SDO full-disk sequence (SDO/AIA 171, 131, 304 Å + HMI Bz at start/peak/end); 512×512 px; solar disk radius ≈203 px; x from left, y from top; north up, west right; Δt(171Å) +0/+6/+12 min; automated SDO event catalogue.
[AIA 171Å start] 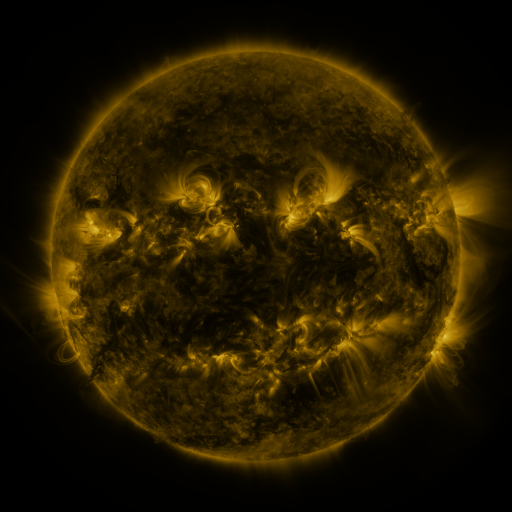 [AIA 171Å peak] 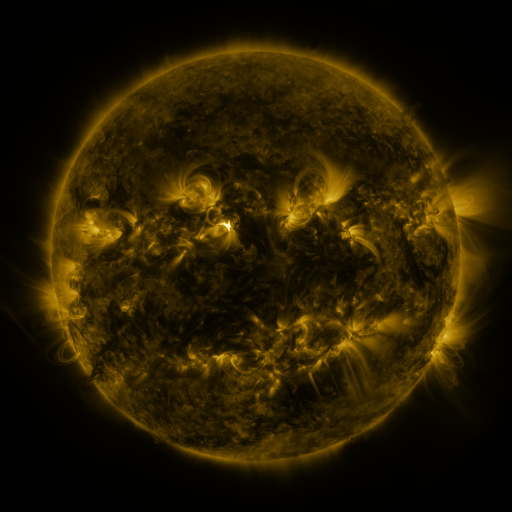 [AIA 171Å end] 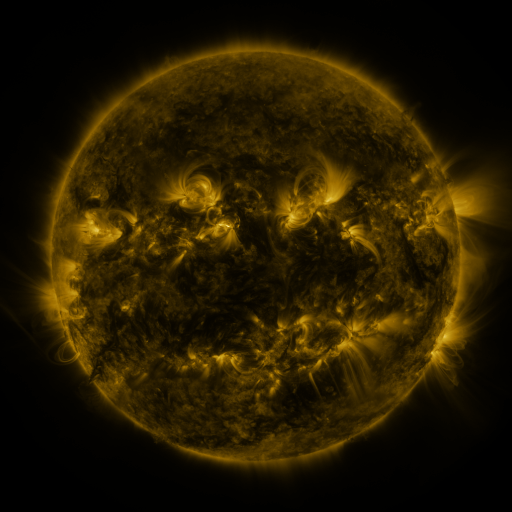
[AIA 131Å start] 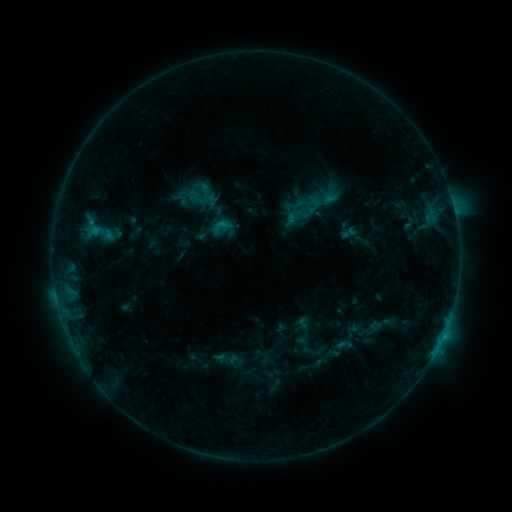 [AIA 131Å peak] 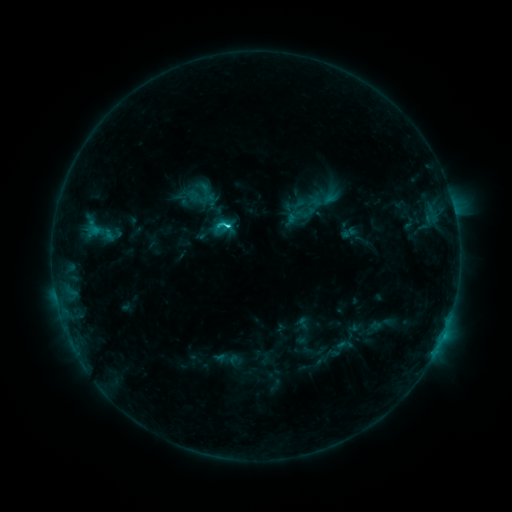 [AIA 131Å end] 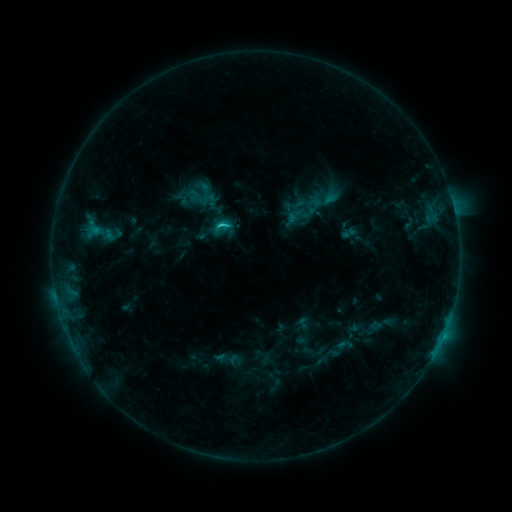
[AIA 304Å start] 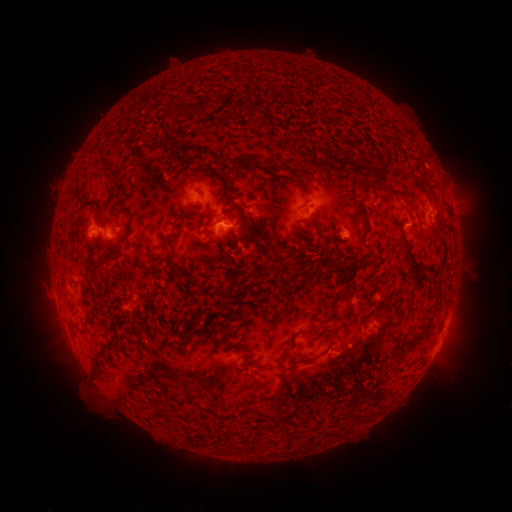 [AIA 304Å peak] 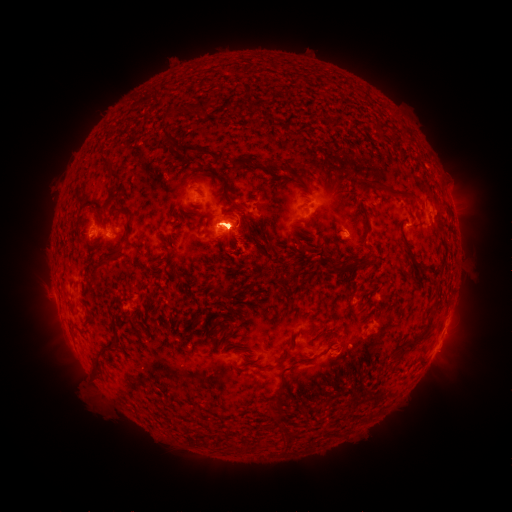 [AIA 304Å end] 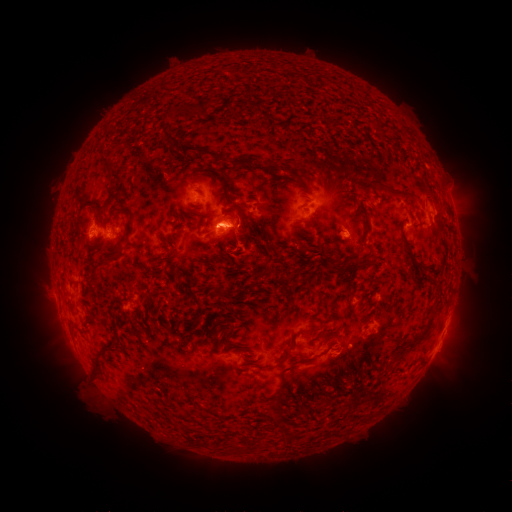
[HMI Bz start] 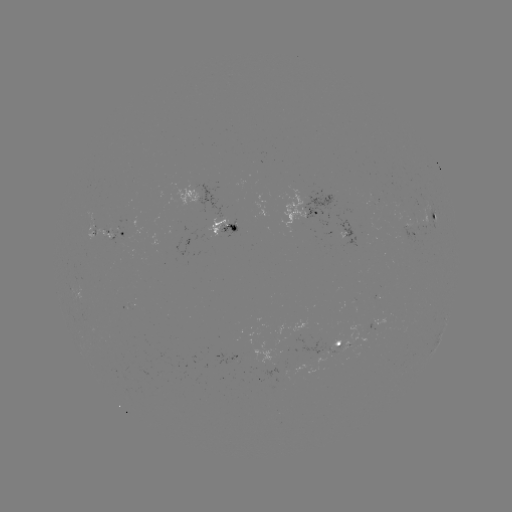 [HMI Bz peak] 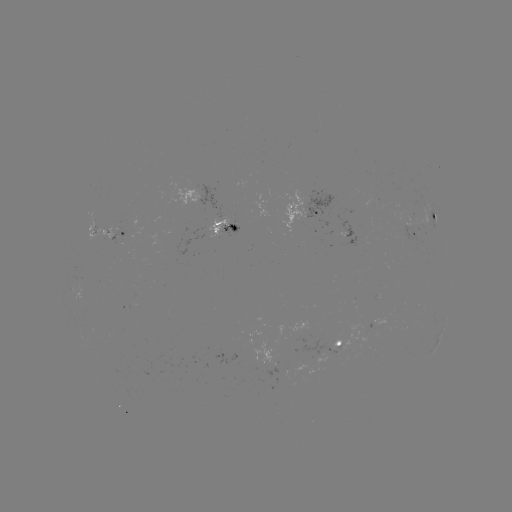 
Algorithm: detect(C4.3 flare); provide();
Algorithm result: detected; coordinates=(231, 228)